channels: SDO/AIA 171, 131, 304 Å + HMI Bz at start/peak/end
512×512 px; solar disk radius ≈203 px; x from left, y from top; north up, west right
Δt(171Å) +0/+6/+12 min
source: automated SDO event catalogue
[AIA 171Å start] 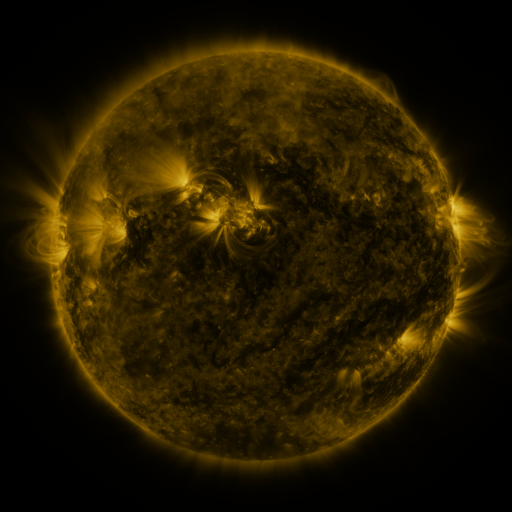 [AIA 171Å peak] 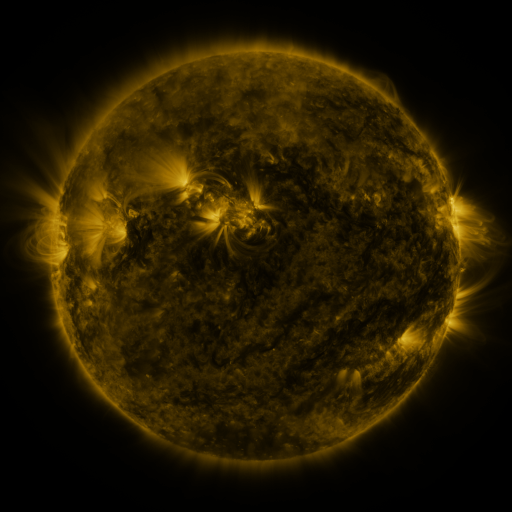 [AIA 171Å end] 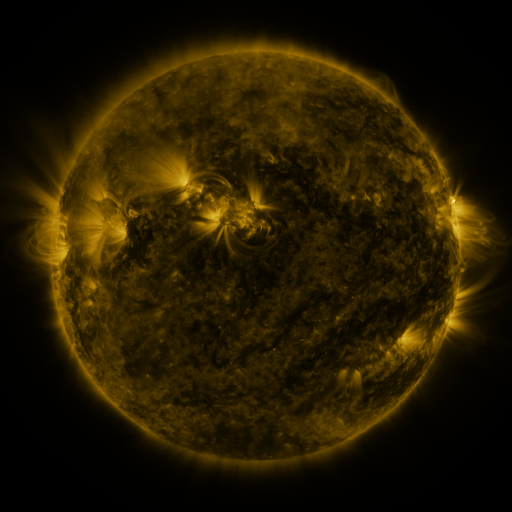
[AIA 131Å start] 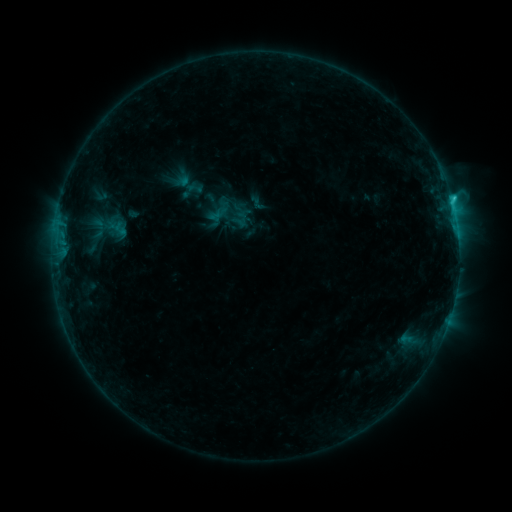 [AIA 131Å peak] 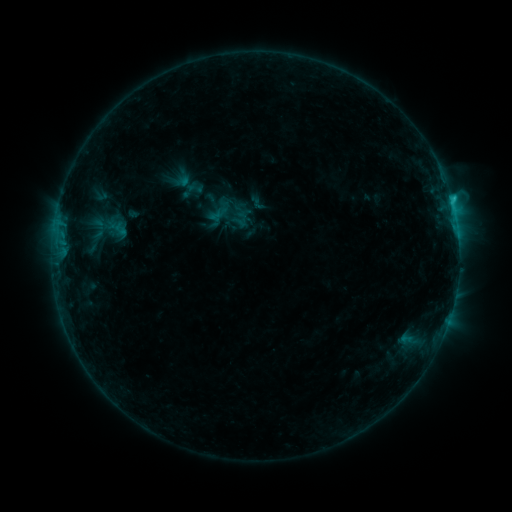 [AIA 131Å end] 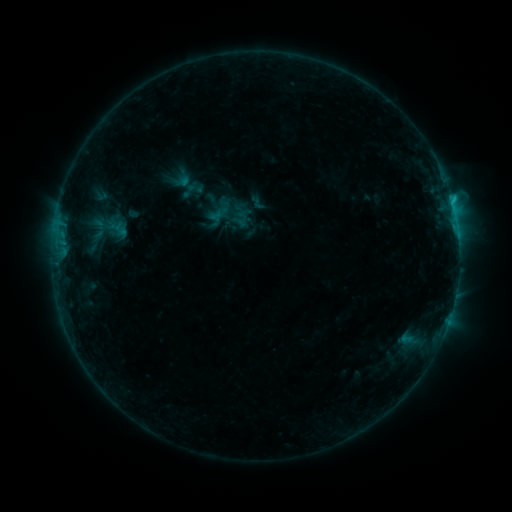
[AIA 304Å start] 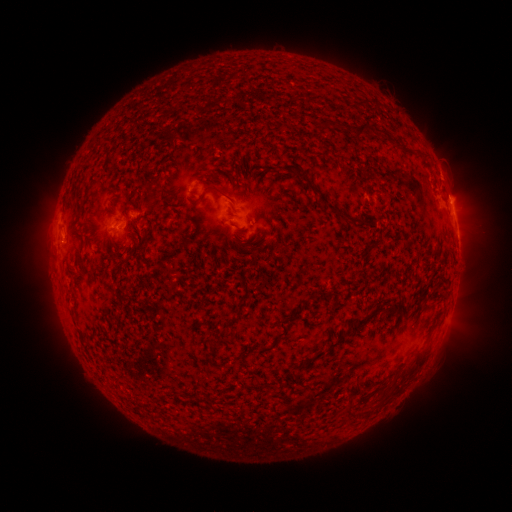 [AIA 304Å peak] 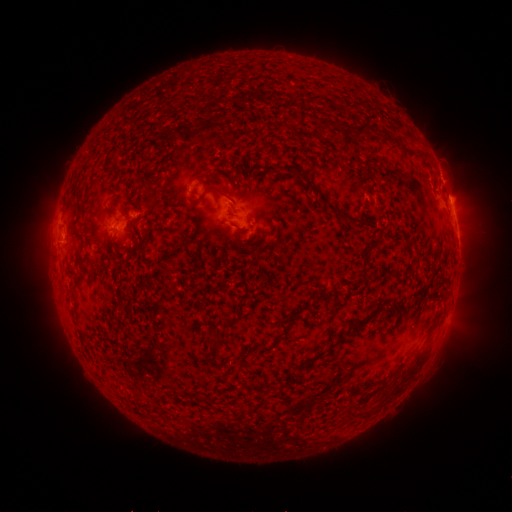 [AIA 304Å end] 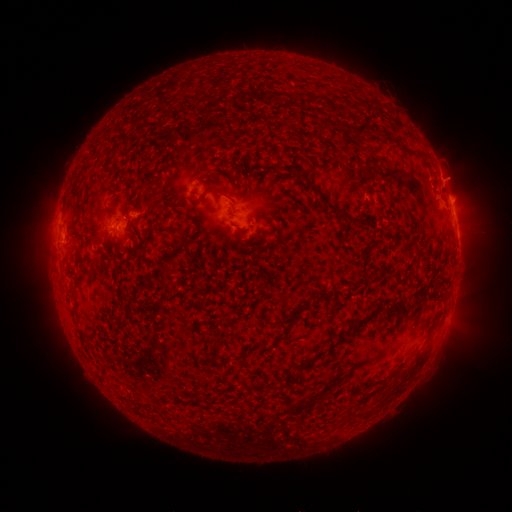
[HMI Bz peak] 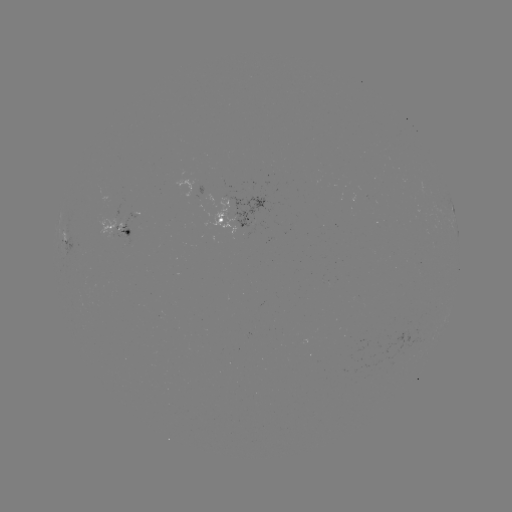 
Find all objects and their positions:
eruption: (454, 176)
